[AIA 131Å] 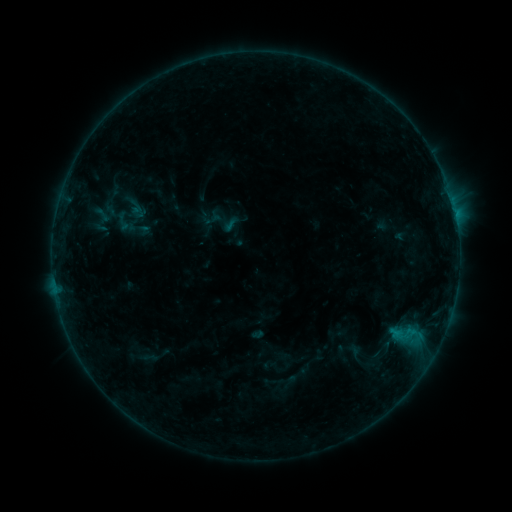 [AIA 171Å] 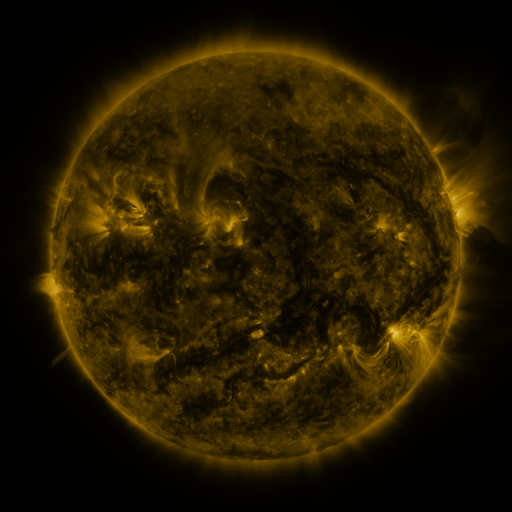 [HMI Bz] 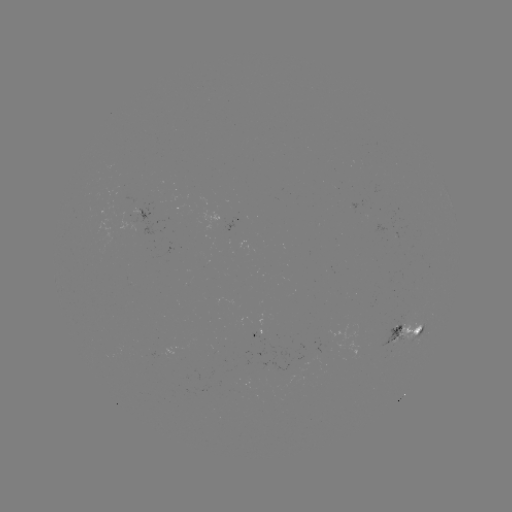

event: sigmoid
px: (102, 215)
